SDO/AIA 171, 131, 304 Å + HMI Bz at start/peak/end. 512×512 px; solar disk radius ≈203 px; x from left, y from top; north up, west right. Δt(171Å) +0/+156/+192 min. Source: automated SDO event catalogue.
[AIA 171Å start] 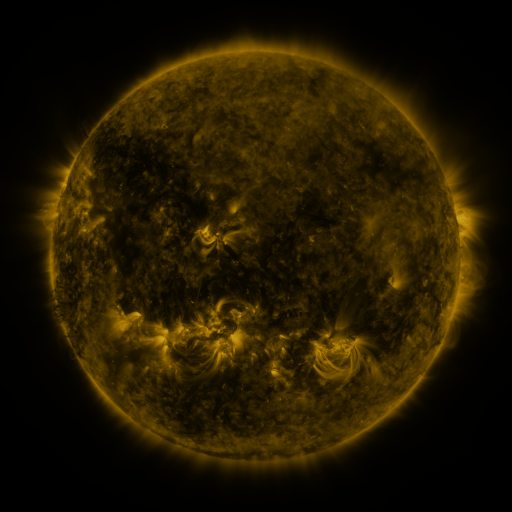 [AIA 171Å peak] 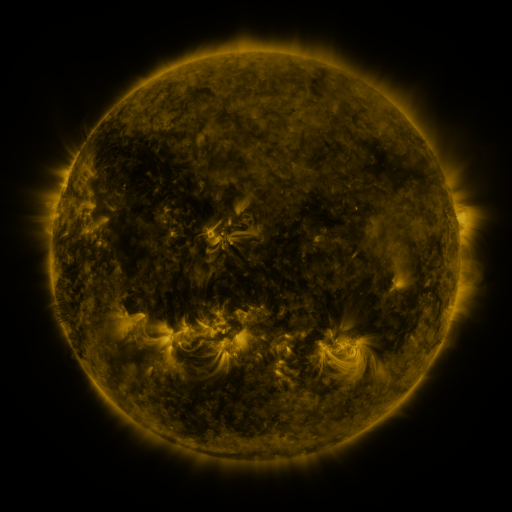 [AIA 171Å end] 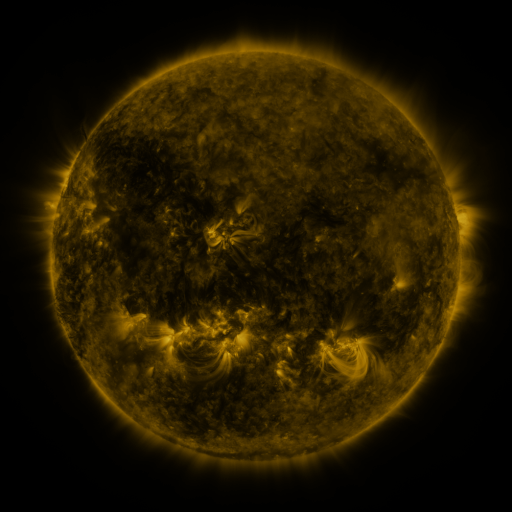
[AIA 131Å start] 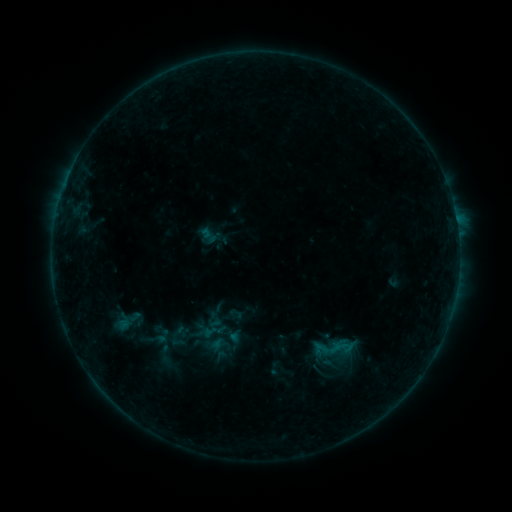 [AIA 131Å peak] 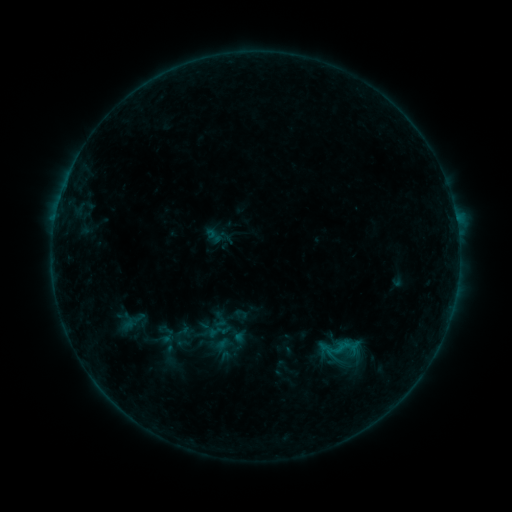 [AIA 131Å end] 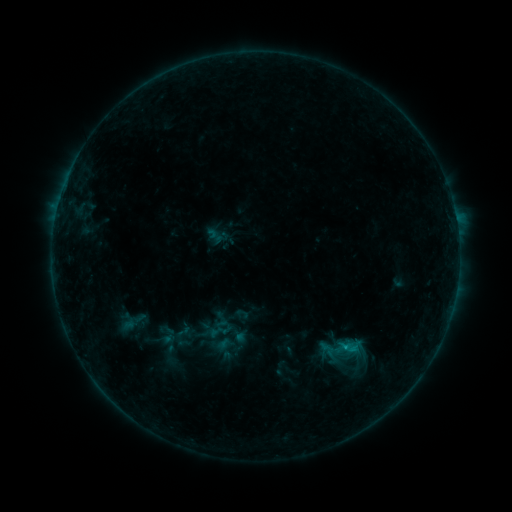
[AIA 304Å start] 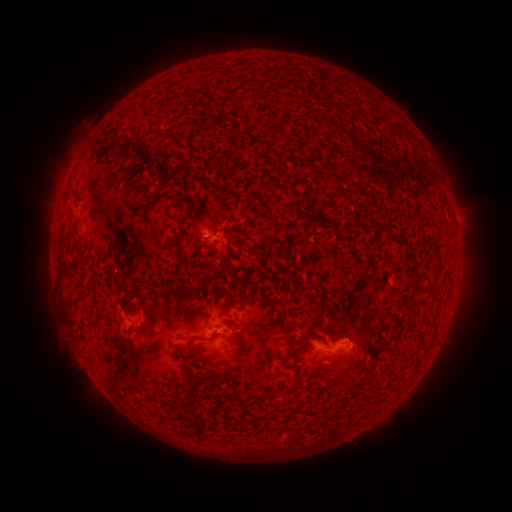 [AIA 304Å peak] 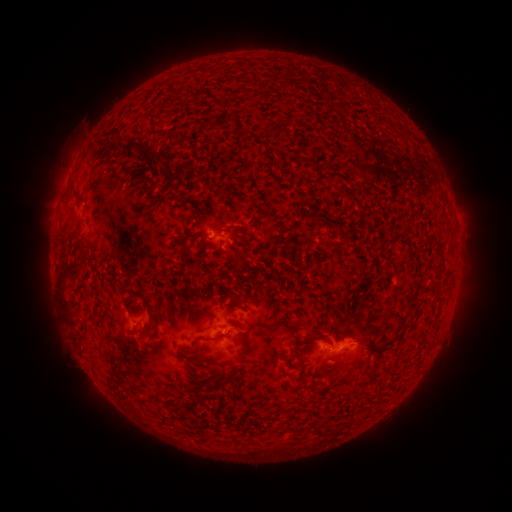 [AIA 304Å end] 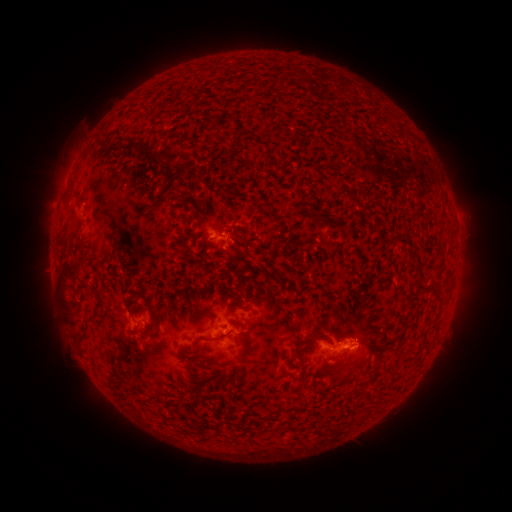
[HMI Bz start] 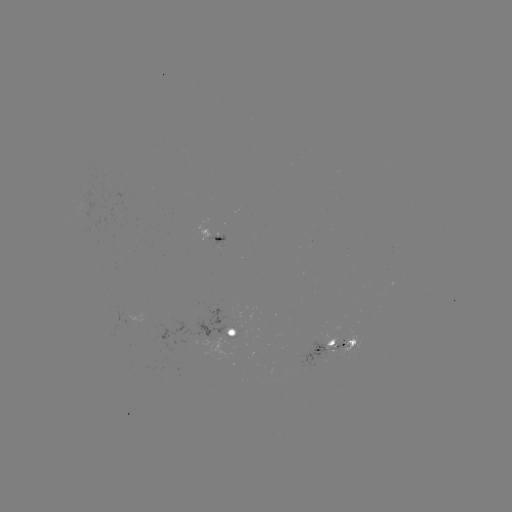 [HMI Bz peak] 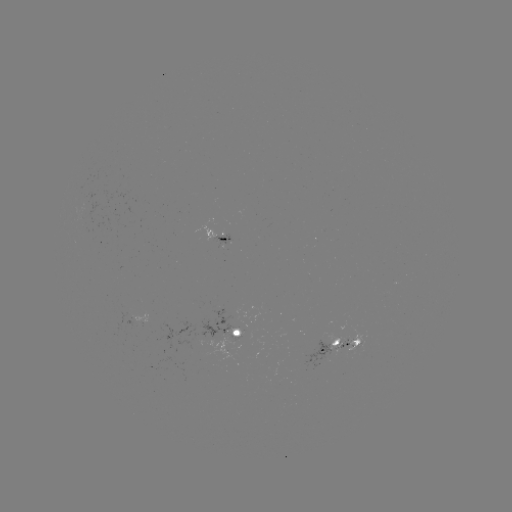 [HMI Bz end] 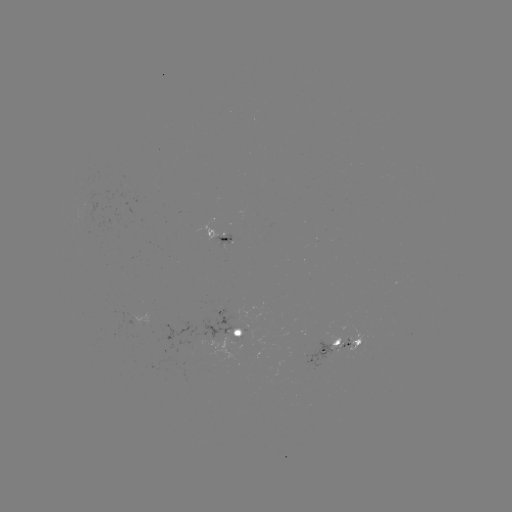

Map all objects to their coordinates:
emerging-flux region: (237, 335)
